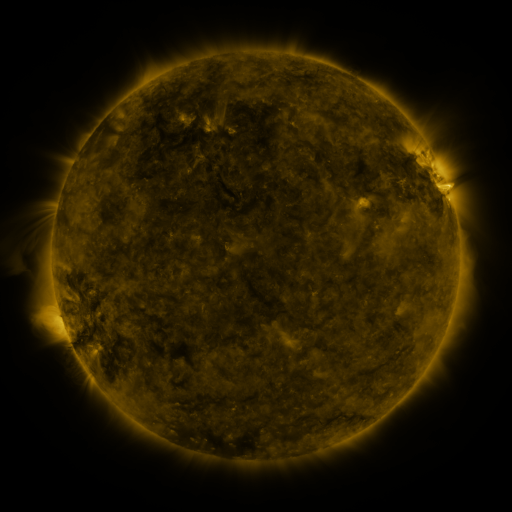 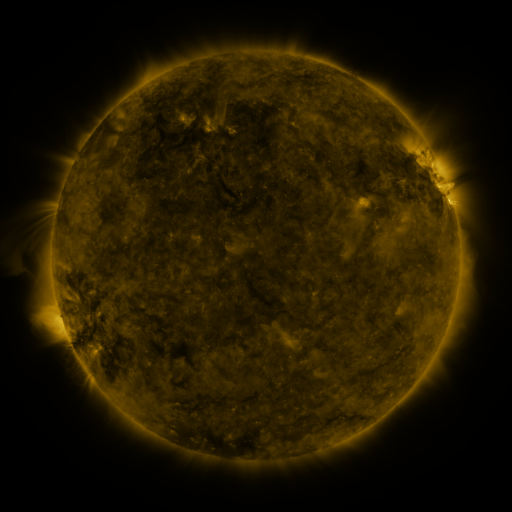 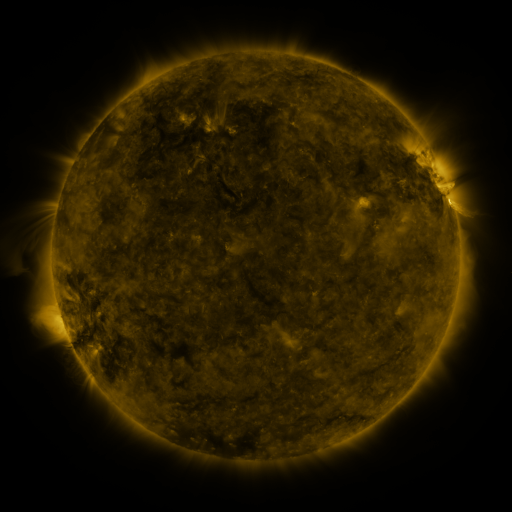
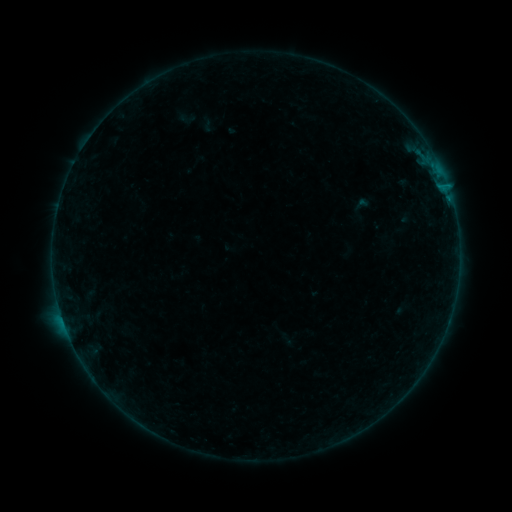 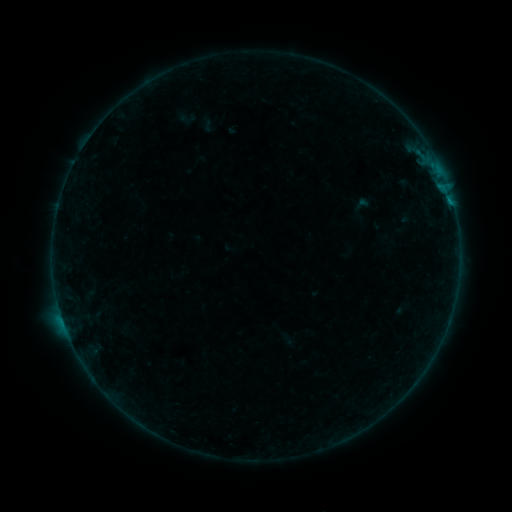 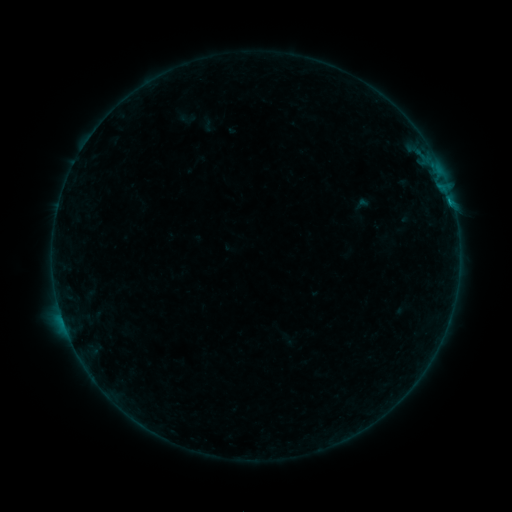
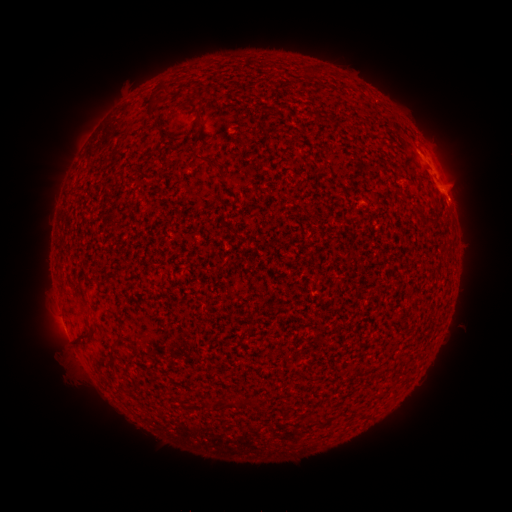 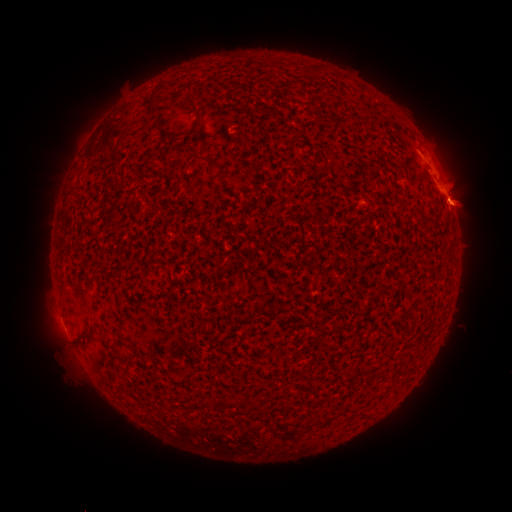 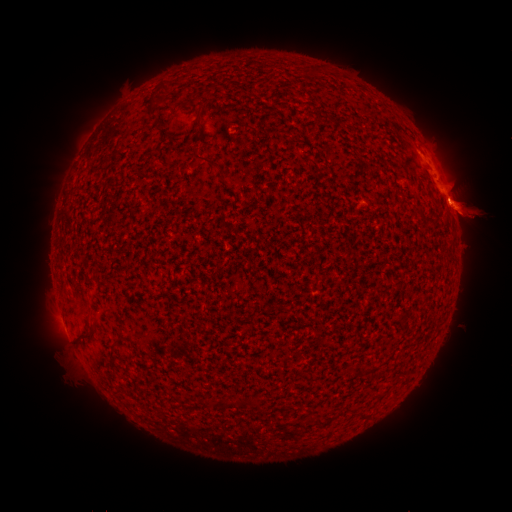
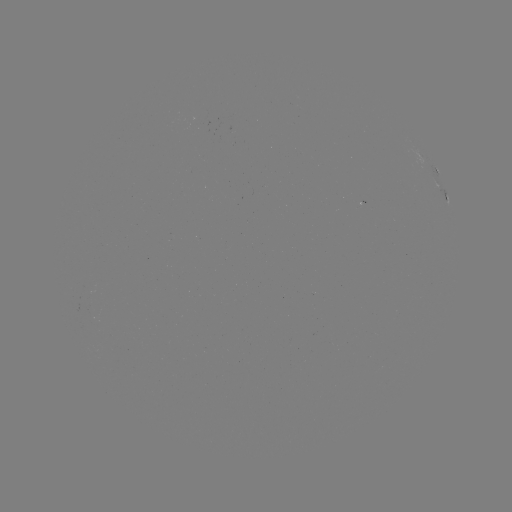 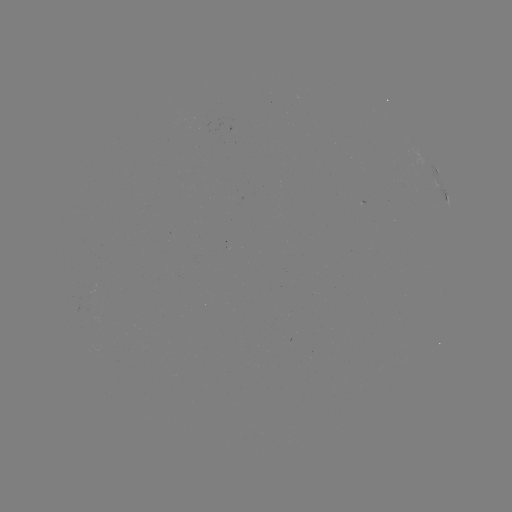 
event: eruption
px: (468, 214)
